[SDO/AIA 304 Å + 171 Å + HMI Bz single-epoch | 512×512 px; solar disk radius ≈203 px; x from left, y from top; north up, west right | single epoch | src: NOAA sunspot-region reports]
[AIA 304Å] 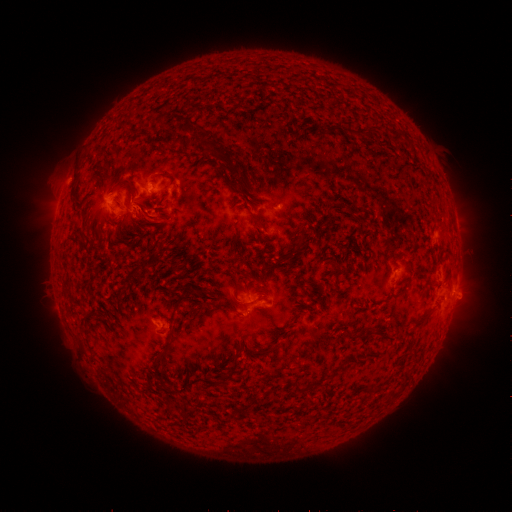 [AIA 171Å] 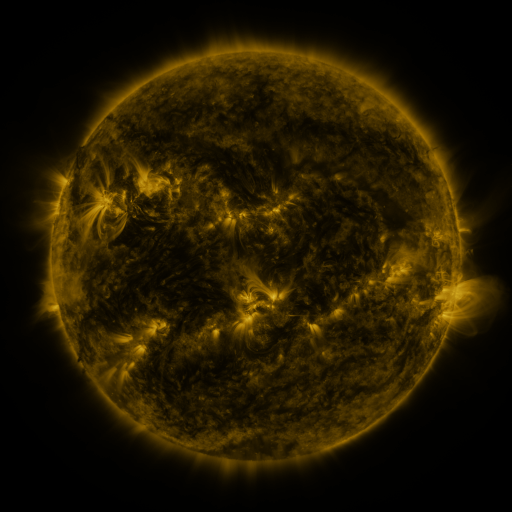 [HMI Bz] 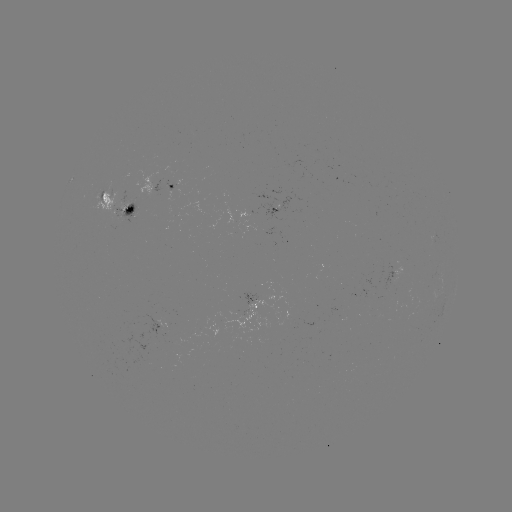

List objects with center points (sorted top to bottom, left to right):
spotted active region: (164, 190)
spotted active region: (120, 207)
spotted active region: (262, 305)
spotted active region: (160, 326)
